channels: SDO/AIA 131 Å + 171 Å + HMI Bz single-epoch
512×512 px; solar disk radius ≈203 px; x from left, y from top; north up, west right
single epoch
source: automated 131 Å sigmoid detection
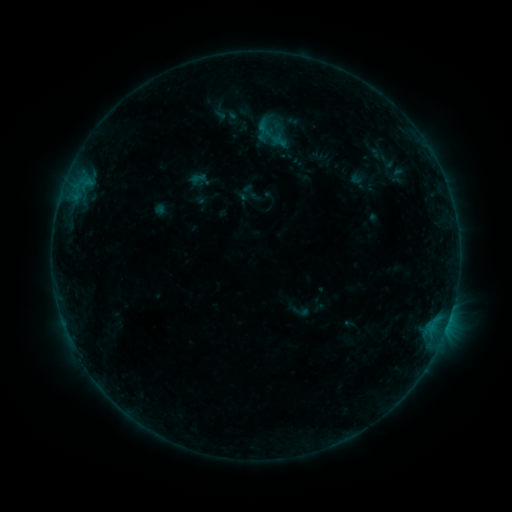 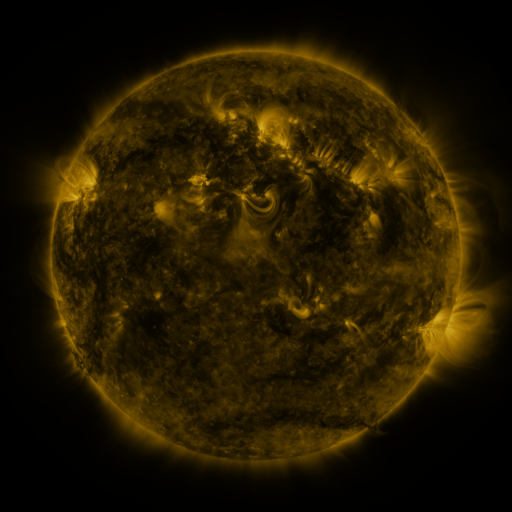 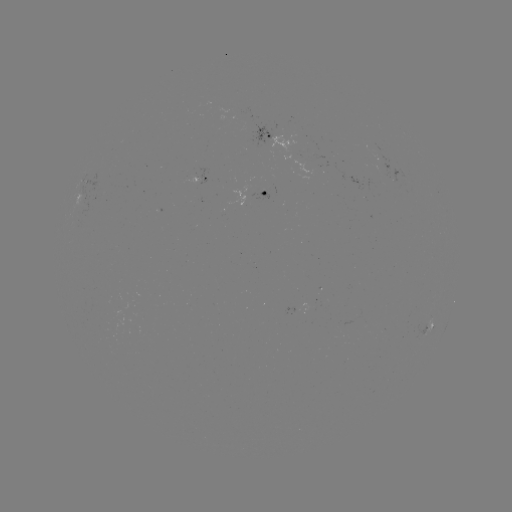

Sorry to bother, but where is sigmoid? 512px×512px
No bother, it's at [301, 311].